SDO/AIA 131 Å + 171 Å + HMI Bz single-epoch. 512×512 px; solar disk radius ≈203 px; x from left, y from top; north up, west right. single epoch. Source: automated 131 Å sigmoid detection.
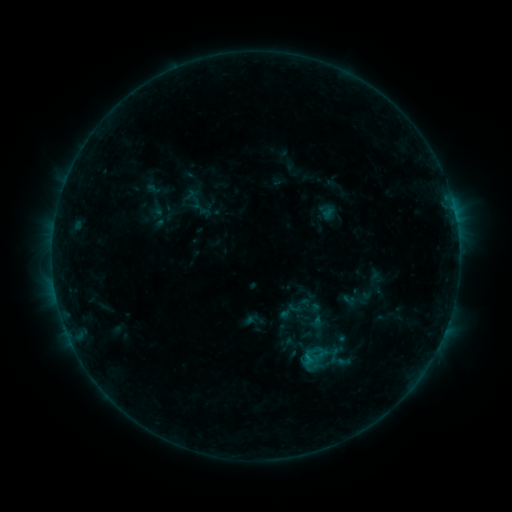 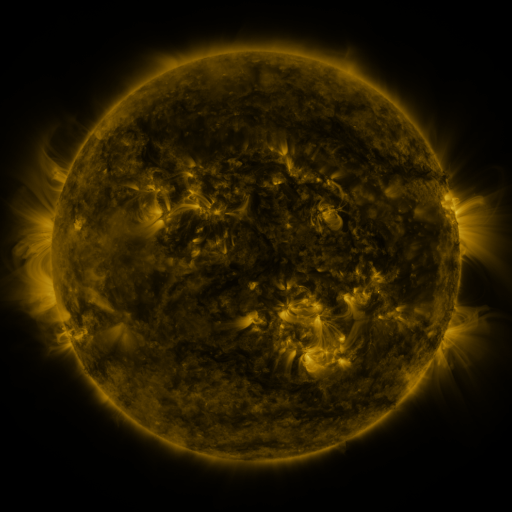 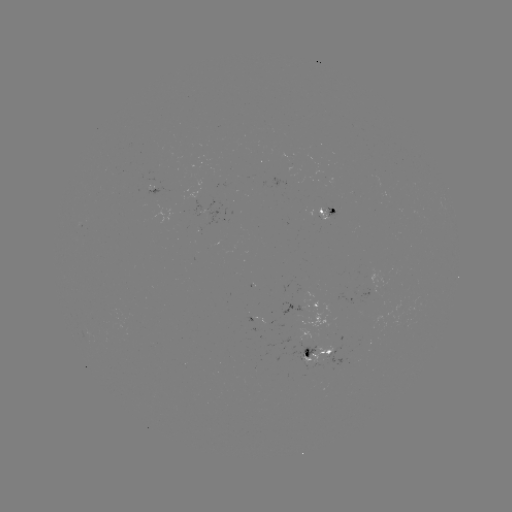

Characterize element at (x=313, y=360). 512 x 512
sigmoid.